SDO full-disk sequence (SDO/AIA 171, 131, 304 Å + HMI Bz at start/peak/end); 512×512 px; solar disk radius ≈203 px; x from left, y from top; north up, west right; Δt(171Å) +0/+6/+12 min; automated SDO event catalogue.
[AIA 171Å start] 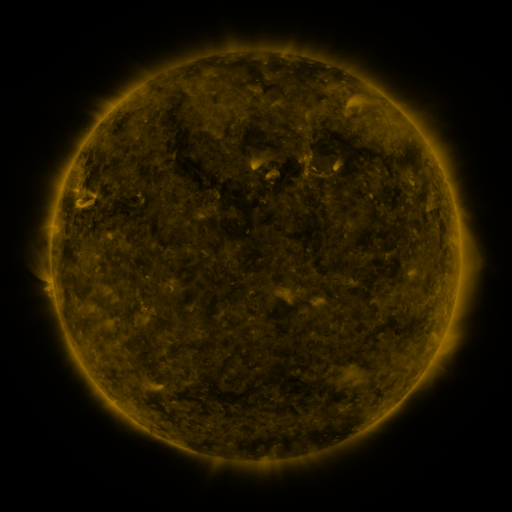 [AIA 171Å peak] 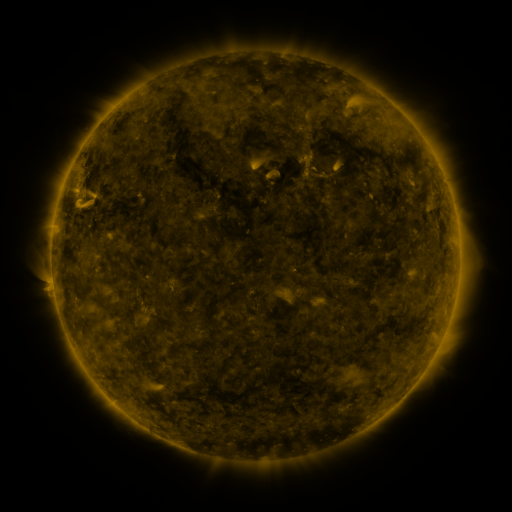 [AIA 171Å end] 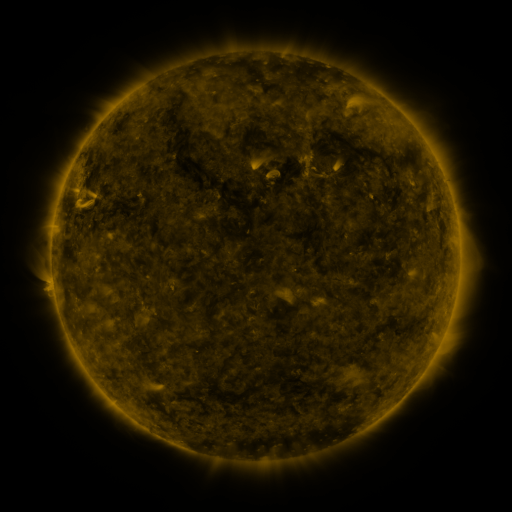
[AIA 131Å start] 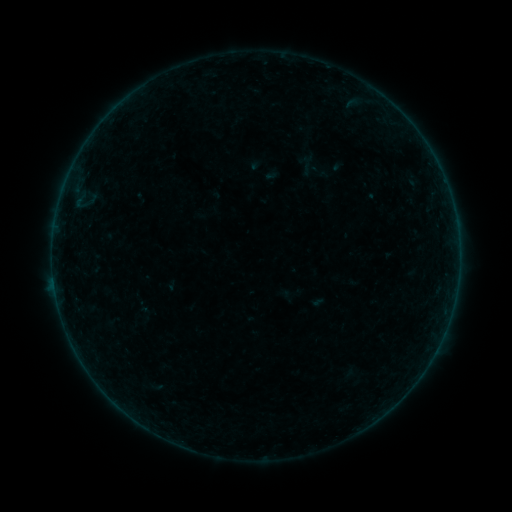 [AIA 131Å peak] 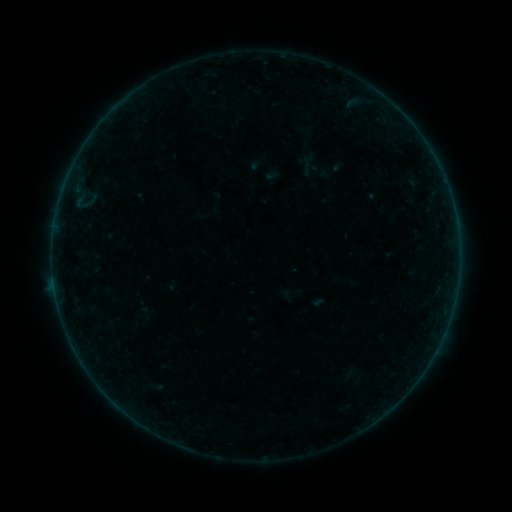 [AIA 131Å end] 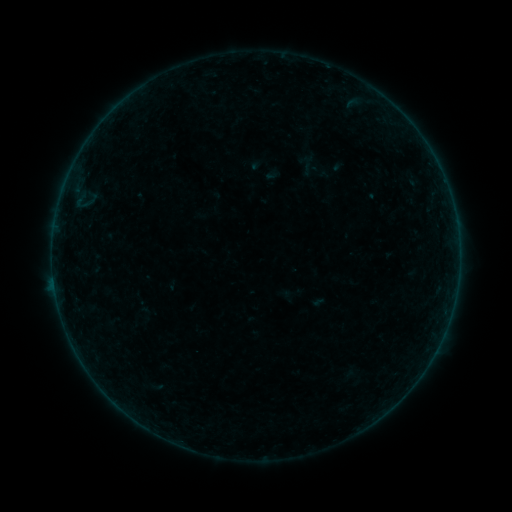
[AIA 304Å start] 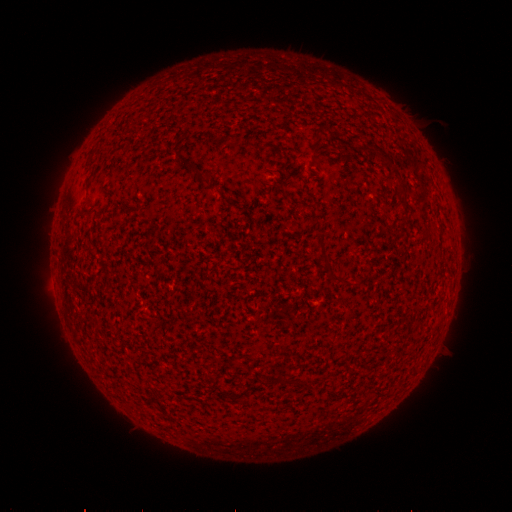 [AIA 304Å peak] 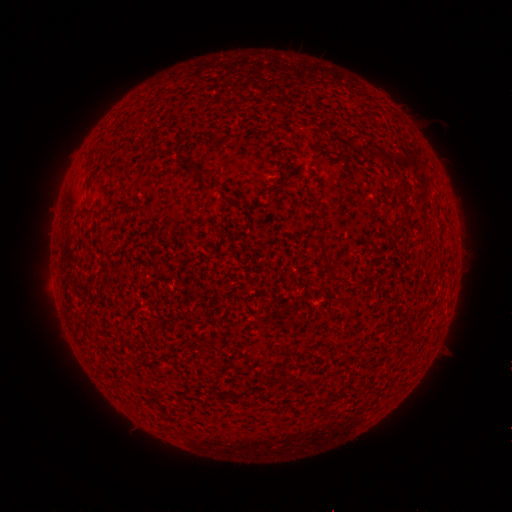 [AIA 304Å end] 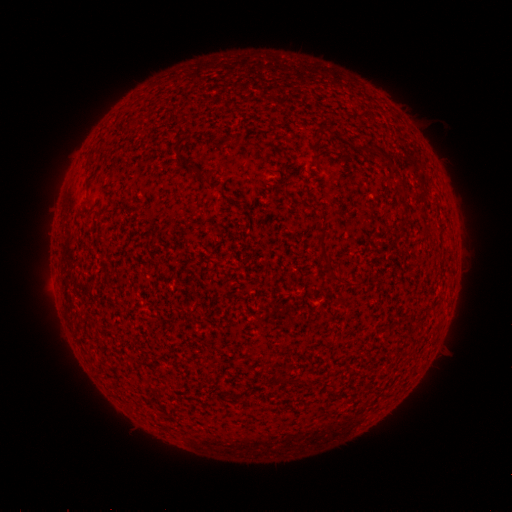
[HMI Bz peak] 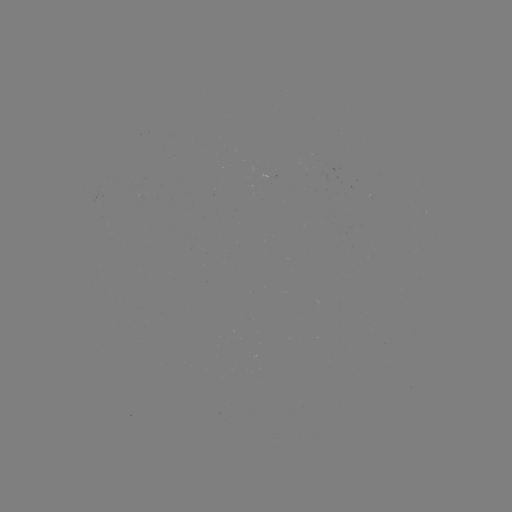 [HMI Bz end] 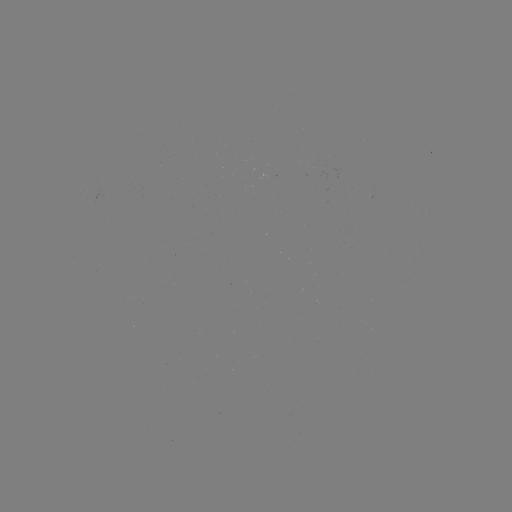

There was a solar flare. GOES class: B2.2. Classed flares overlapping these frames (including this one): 1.